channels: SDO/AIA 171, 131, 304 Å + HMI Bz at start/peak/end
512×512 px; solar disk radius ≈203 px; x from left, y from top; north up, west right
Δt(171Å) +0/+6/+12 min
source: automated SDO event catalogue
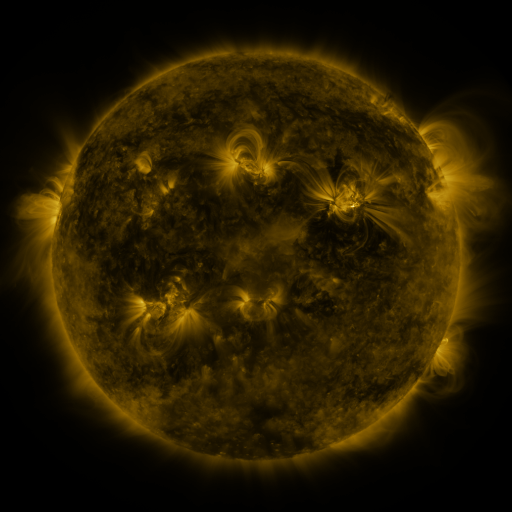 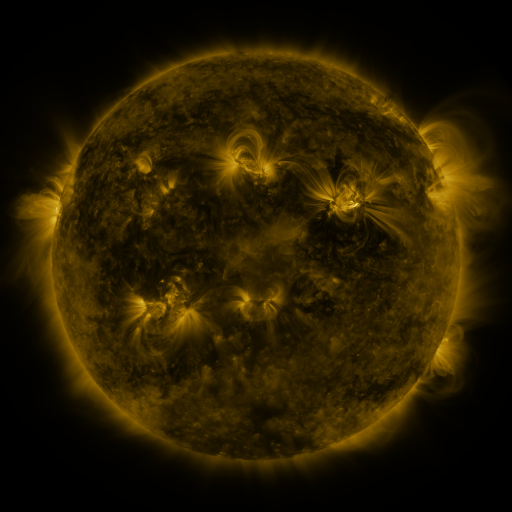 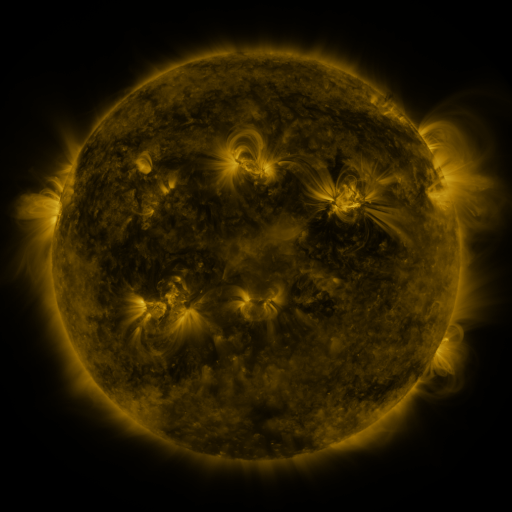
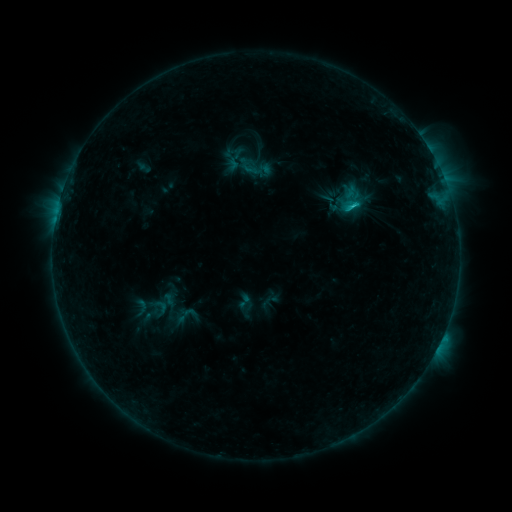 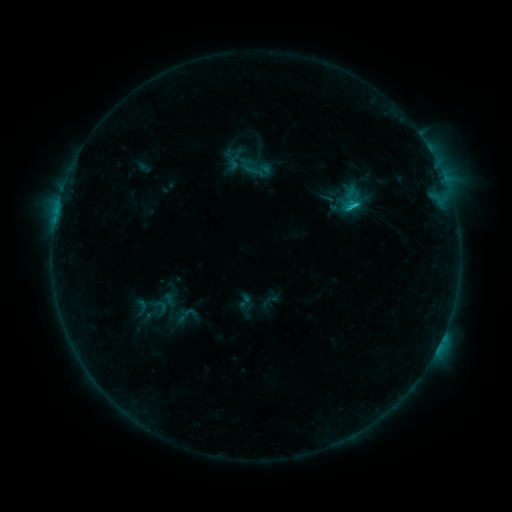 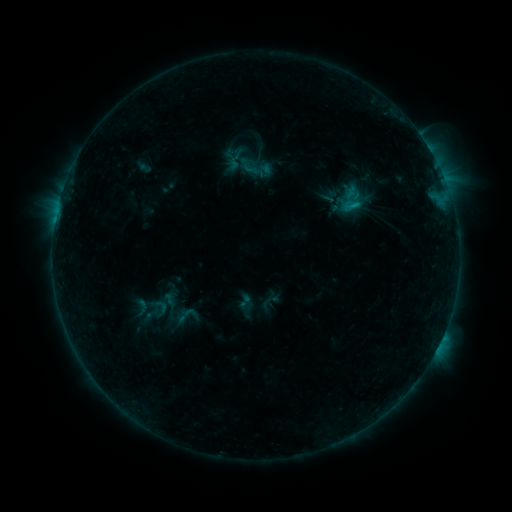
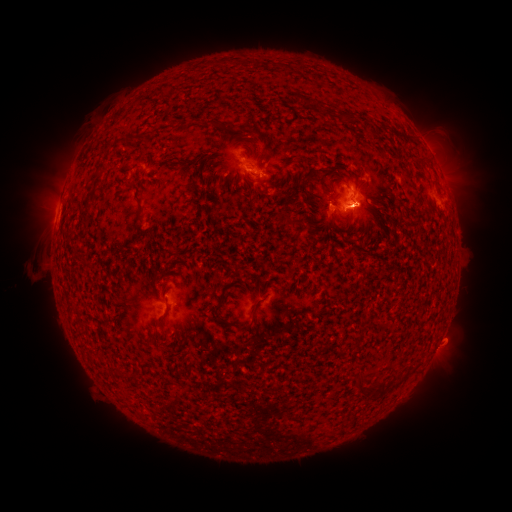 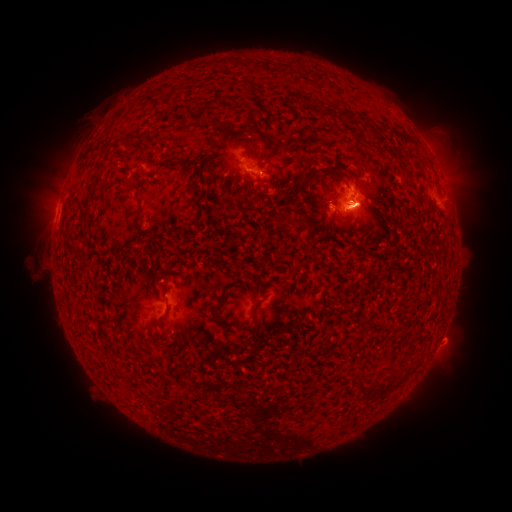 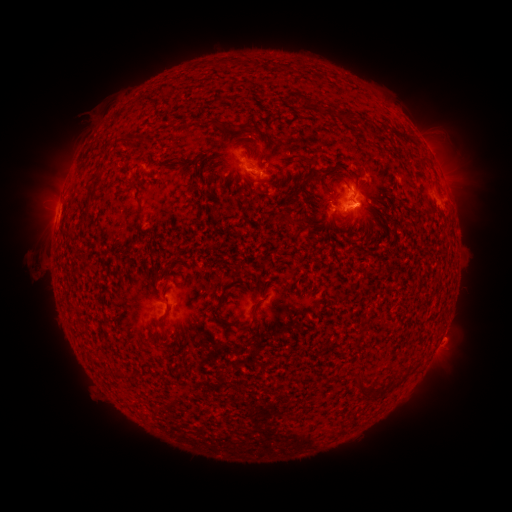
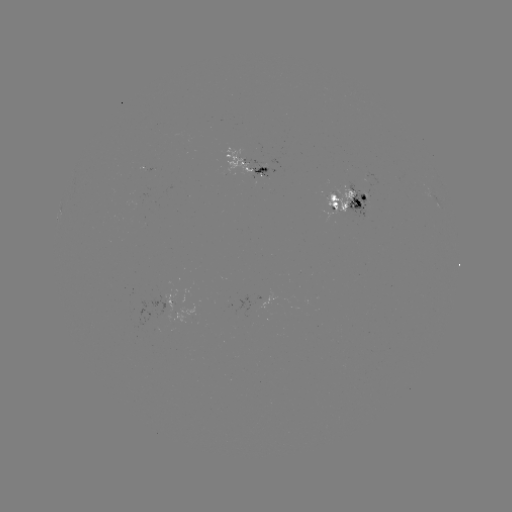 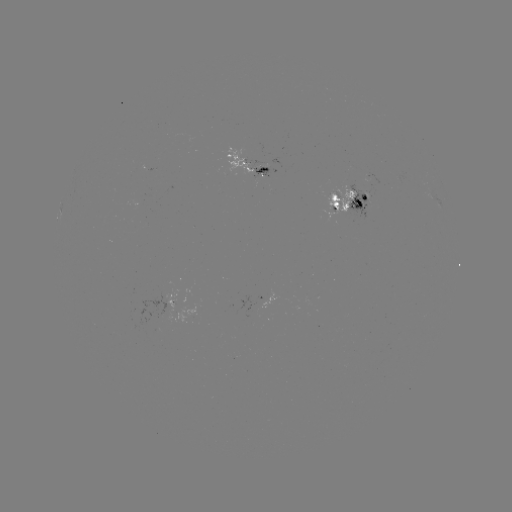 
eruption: (13, 43, 241, 253)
